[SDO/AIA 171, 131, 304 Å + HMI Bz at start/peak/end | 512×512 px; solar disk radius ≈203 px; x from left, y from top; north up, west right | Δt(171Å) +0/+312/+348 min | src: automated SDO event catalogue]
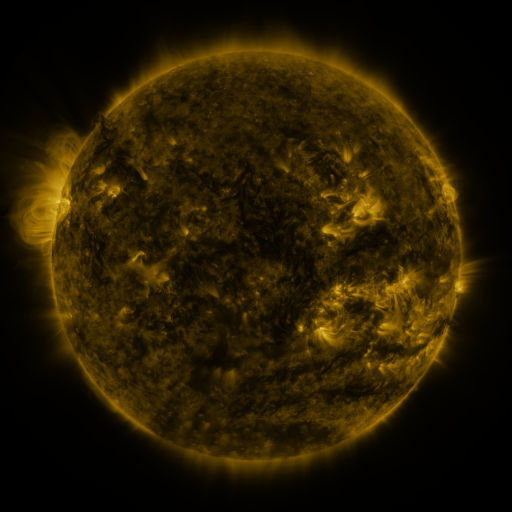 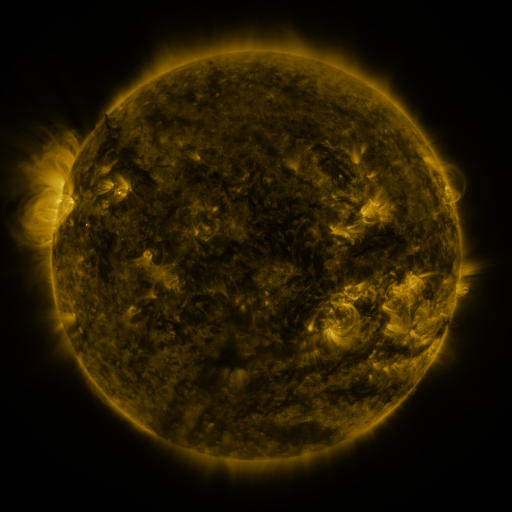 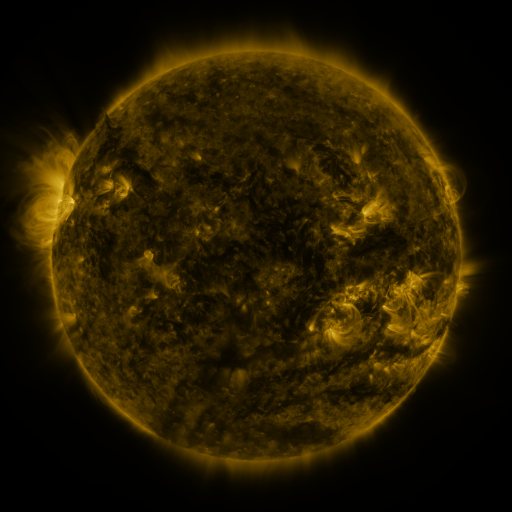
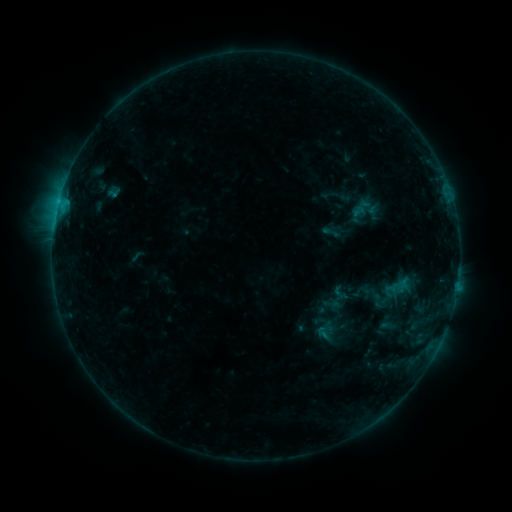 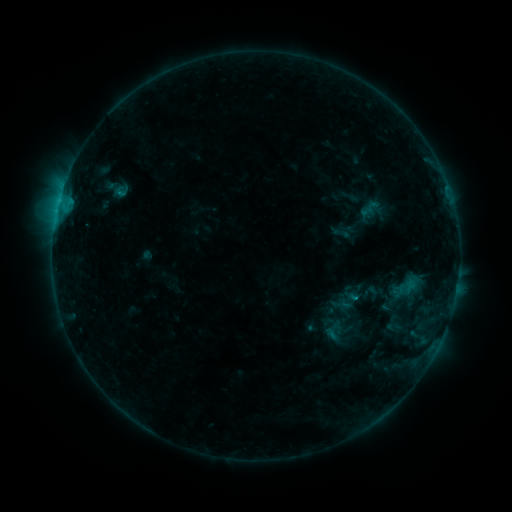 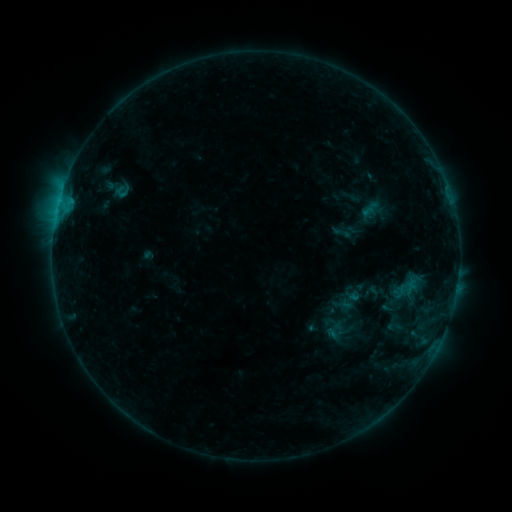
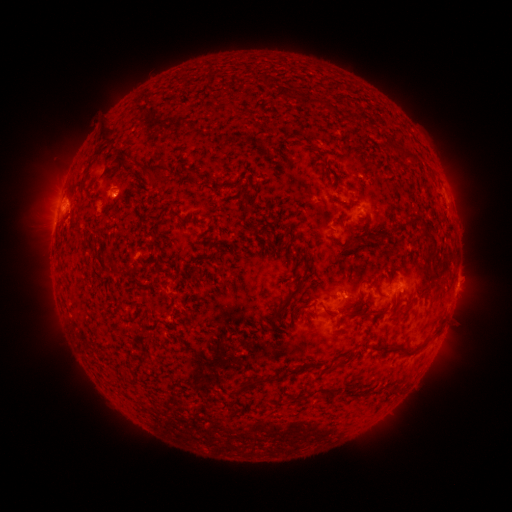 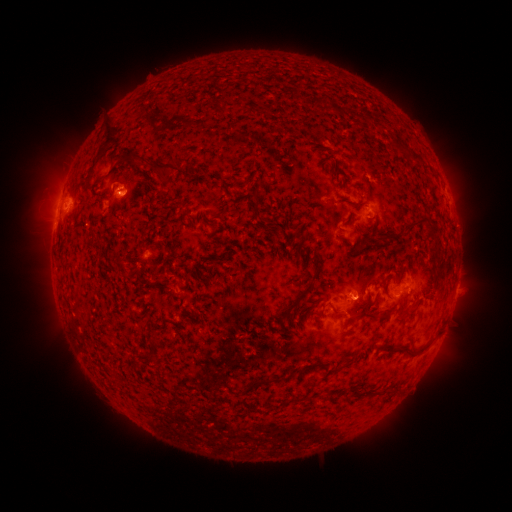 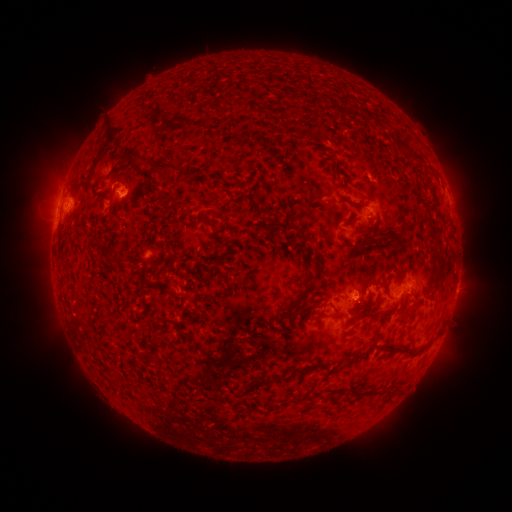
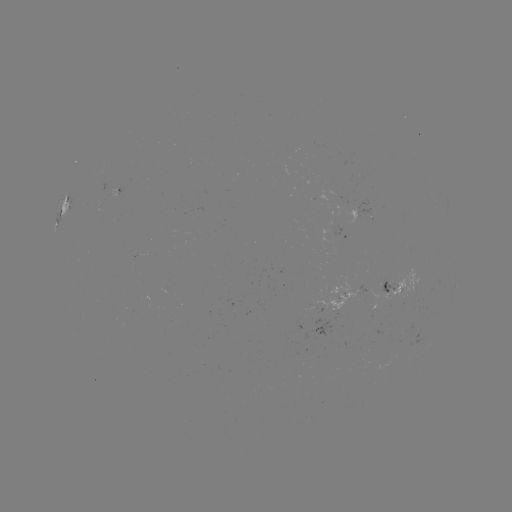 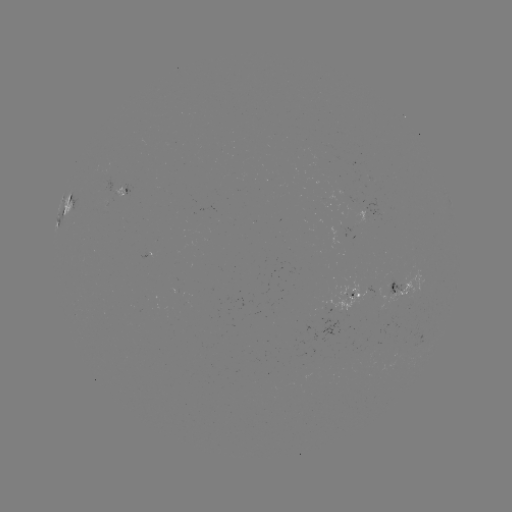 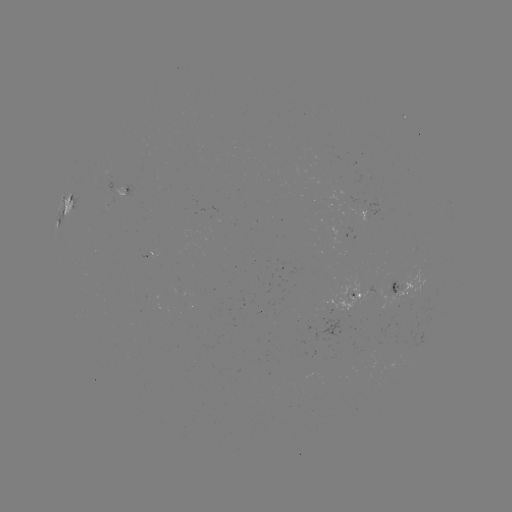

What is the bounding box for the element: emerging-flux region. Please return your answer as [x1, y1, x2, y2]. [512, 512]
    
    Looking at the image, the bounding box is [325, 277, 367, 313].